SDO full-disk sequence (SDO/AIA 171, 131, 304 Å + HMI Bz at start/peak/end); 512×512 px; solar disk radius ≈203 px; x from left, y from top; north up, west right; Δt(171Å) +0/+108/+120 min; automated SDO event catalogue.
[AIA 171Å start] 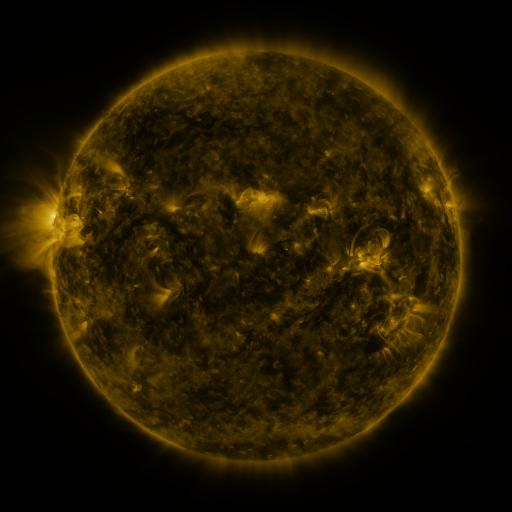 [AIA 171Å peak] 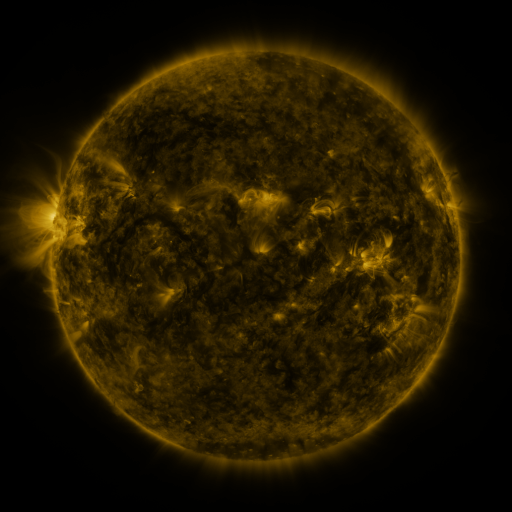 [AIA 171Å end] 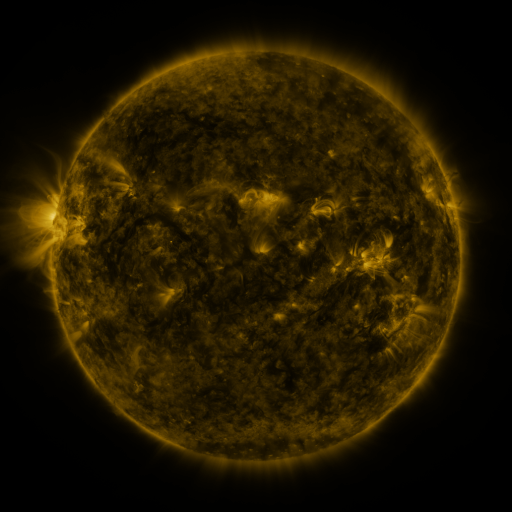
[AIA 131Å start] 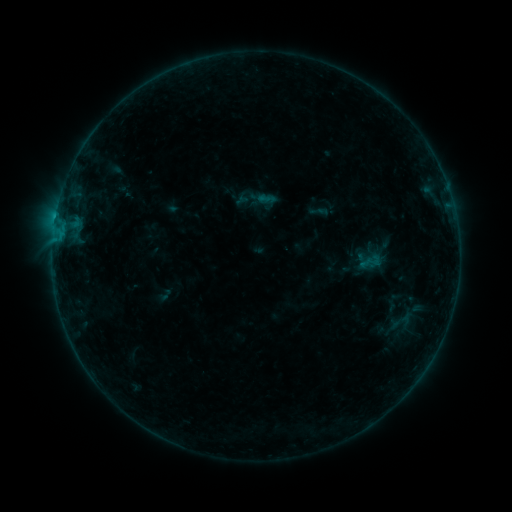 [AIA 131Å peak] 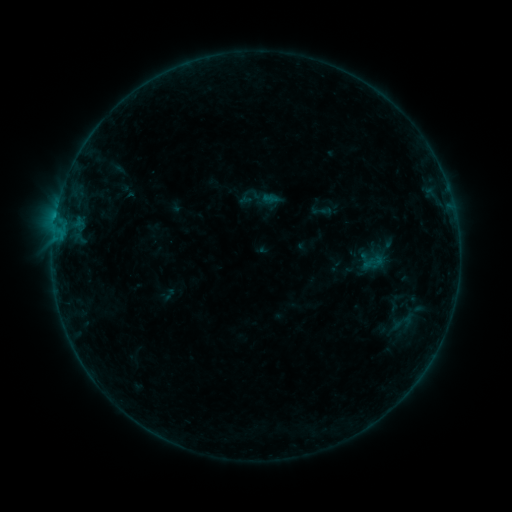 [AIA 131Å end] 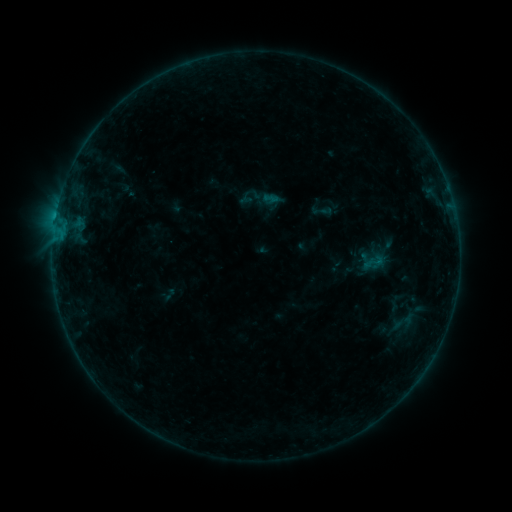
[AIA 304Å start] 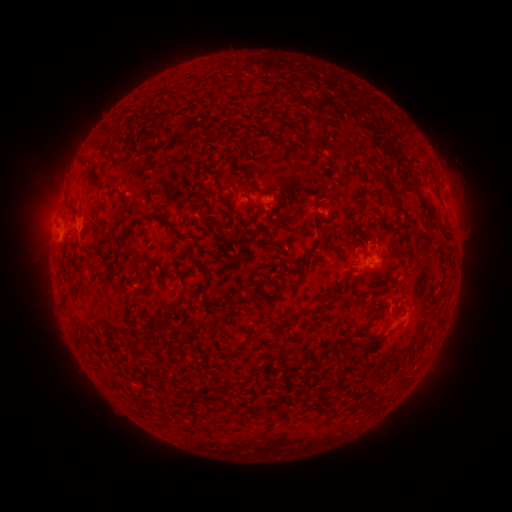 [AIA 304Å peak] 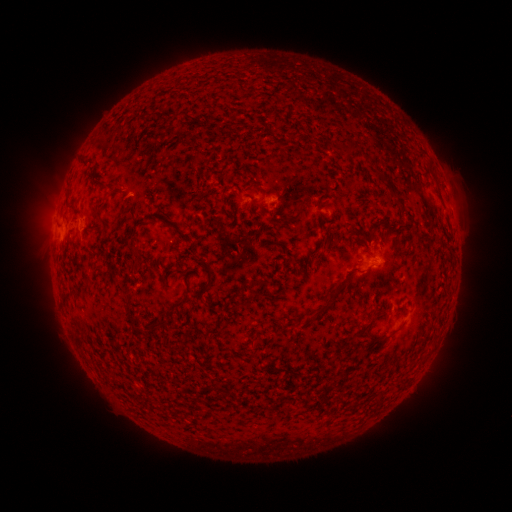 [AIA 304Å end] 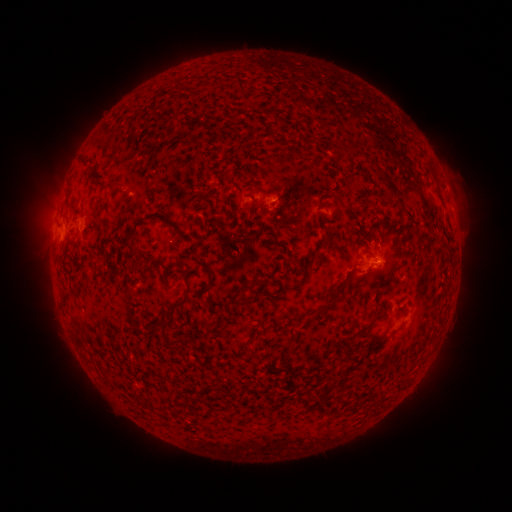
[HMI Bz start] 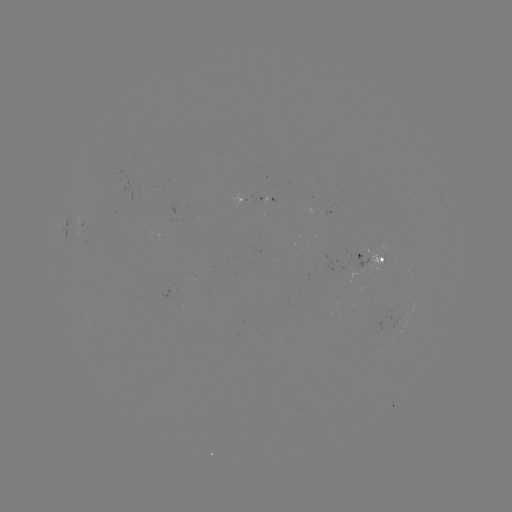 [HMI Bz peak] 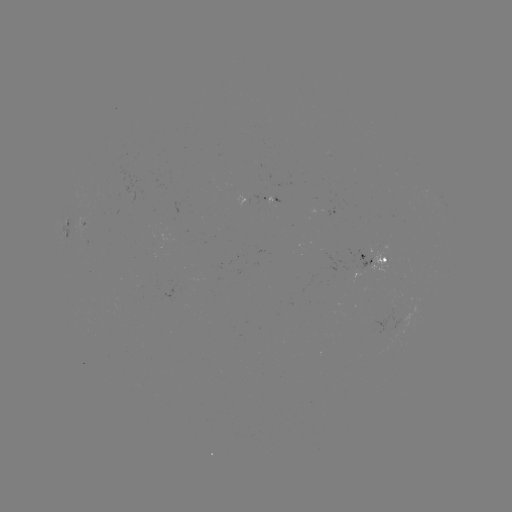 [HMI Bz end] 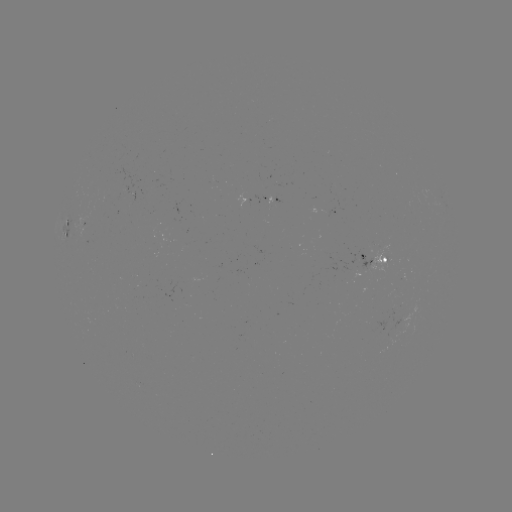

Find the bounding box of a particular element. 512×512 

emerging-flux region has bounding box [348, 244, 385, 270].